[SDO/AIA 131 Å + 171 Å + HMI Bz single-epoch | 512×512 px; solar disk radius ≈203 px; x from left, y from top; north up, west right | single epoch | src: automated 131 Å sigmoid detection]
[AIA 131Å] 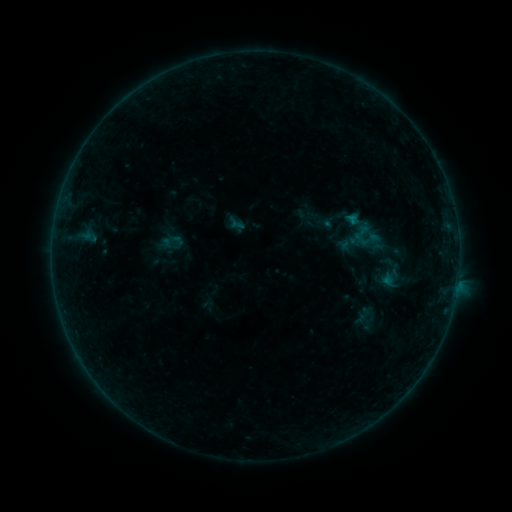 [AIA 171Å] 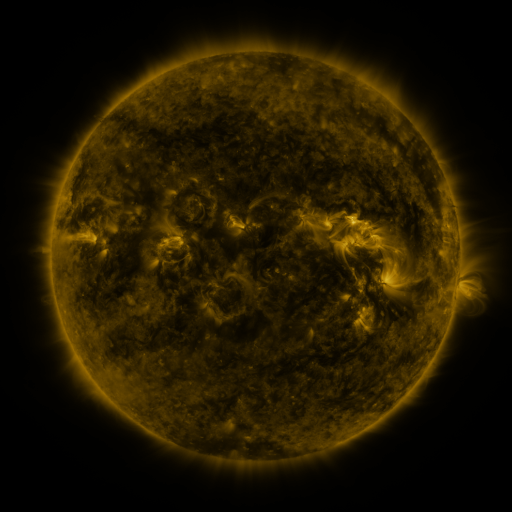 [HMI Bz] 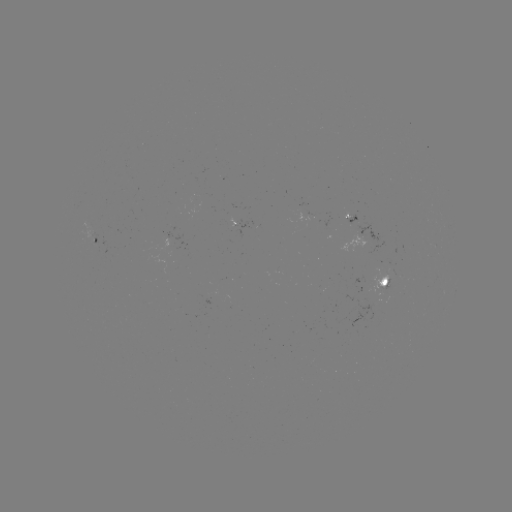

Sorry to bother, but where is sigmoid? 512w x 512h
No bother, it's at [369, 240].